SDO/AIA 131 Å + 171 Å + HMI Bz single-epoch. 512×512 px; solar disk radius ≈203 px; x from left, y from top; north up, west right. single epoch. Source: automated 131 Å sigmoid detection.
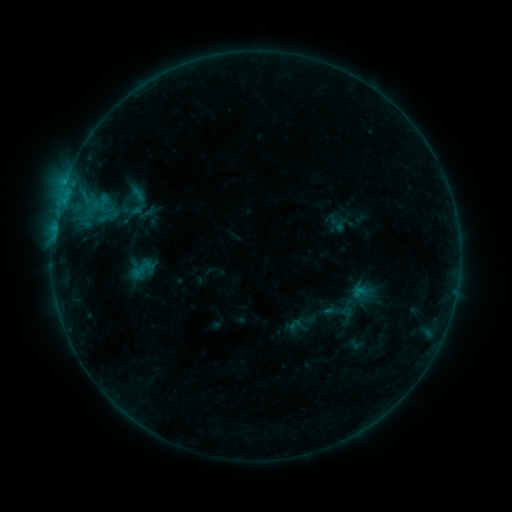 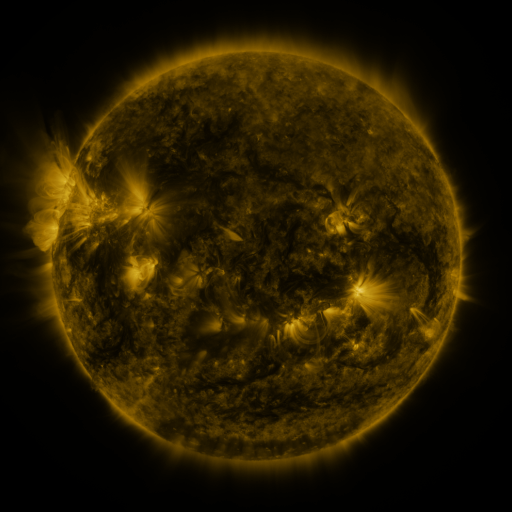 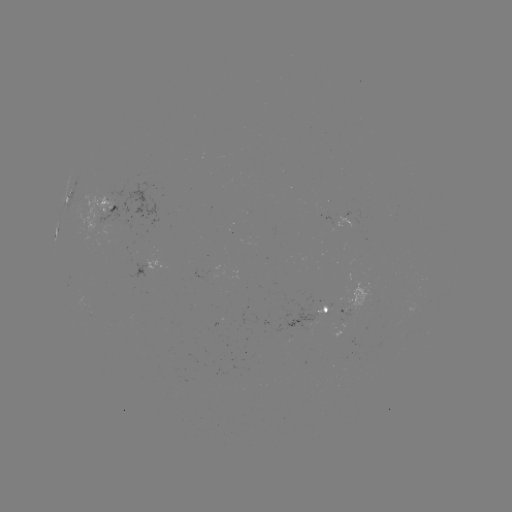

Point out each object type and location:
sigmoid: [100, 190, 117, 207]
